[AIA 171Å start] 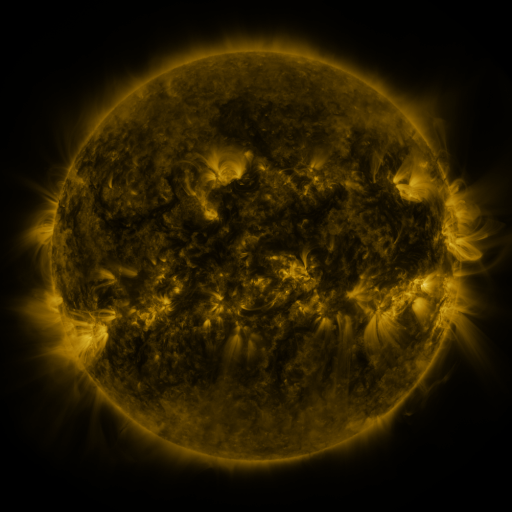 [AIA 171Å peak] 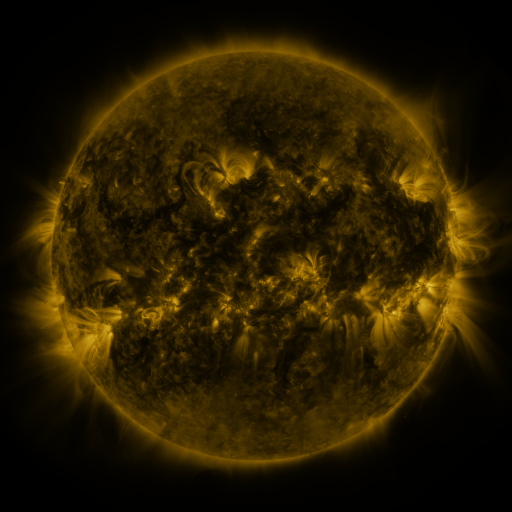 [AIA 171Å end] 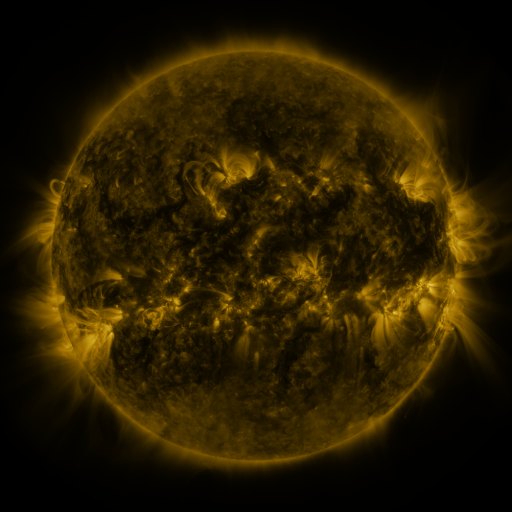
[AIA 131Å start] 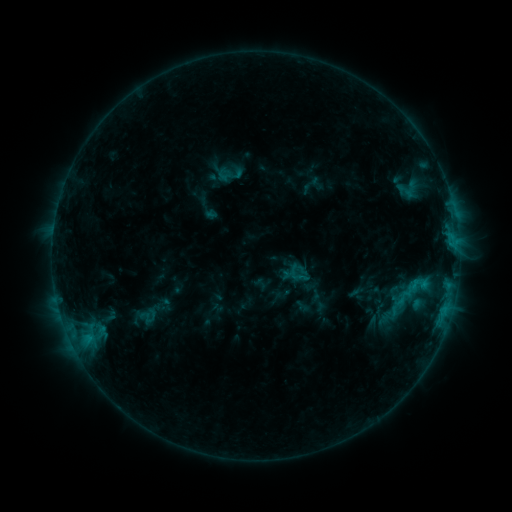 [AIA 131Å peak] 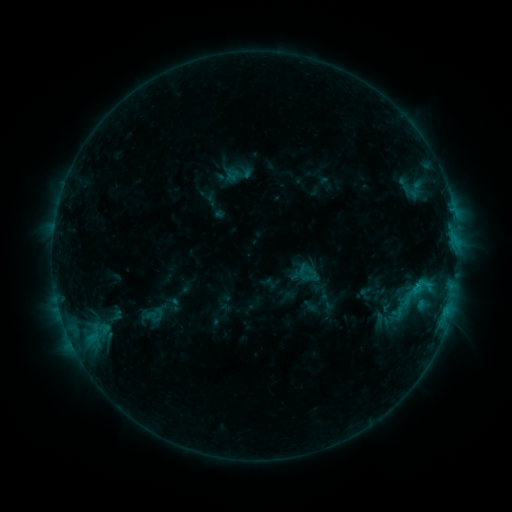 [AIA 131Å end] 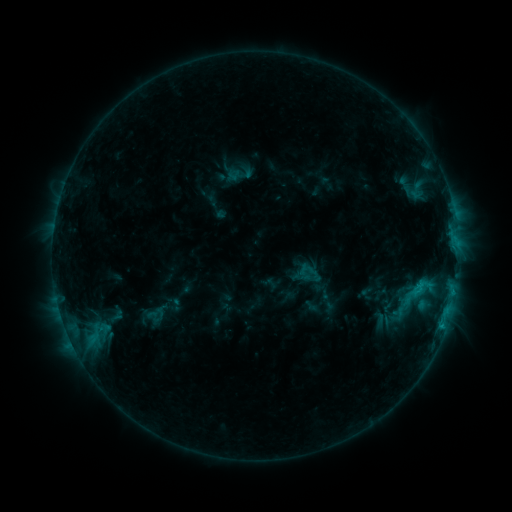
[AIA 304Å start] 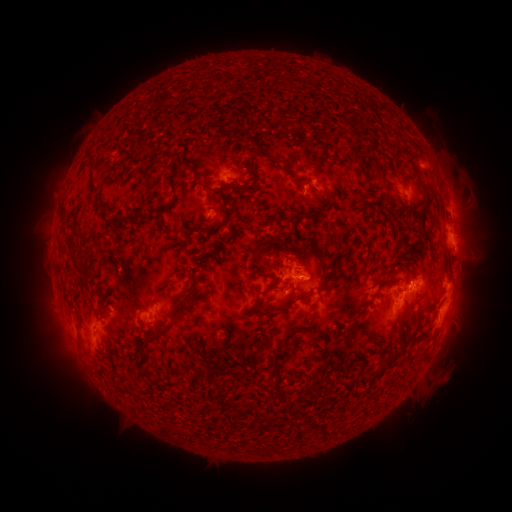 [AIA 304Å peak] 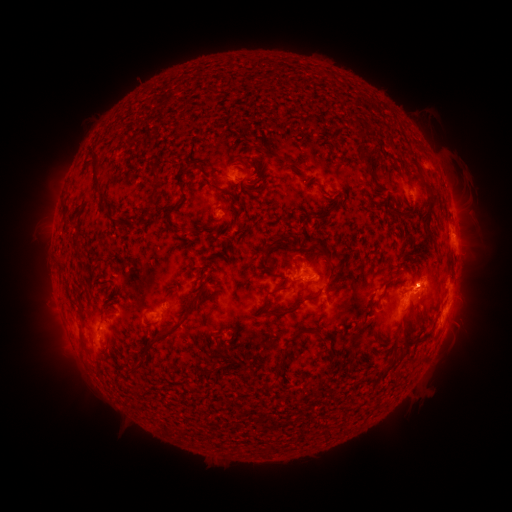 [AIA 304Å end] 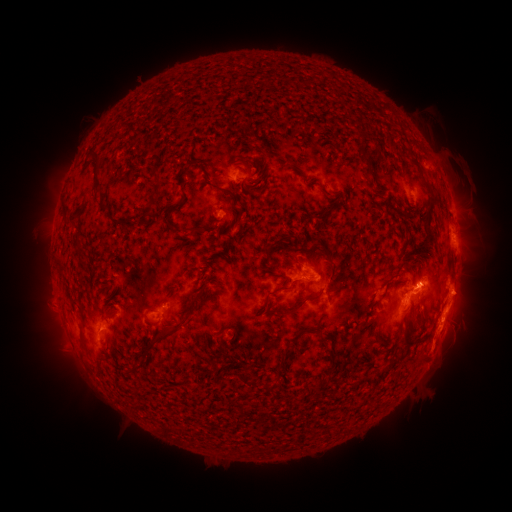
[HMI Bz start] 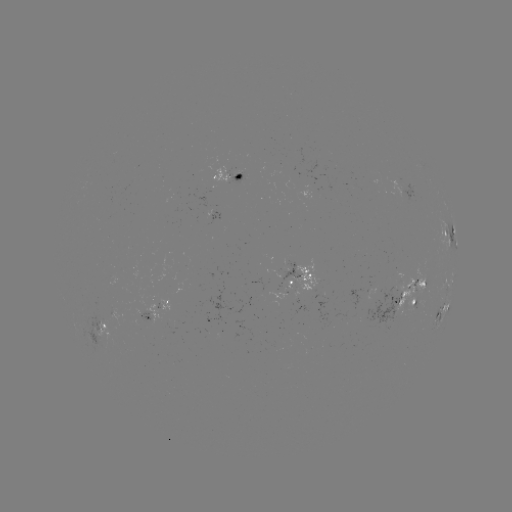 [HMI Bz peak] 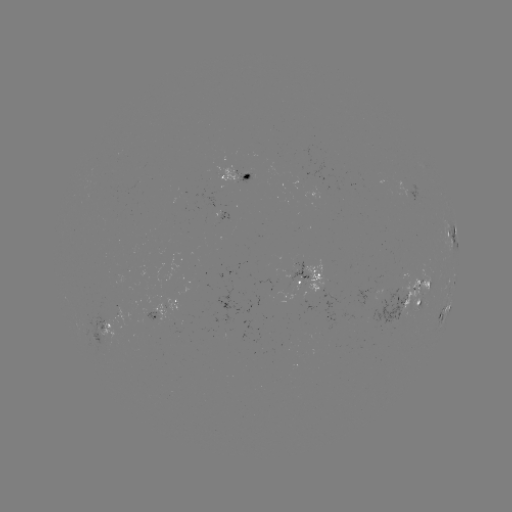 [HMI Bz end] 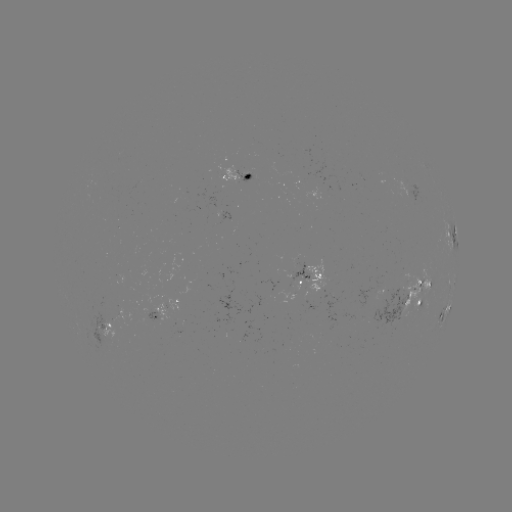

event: emerging-flux region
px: (298, 272)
